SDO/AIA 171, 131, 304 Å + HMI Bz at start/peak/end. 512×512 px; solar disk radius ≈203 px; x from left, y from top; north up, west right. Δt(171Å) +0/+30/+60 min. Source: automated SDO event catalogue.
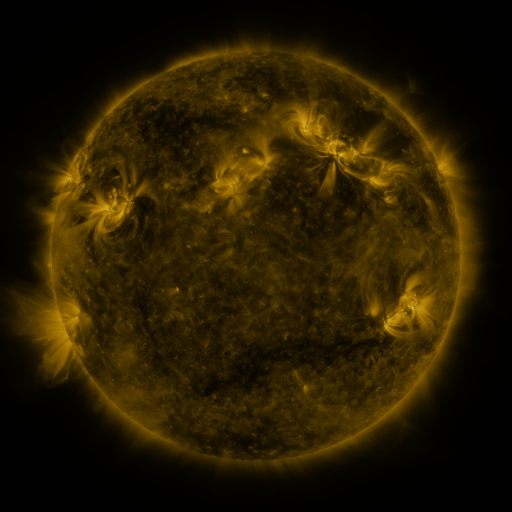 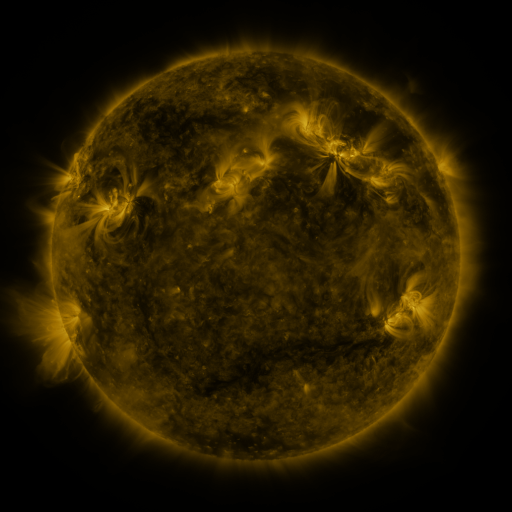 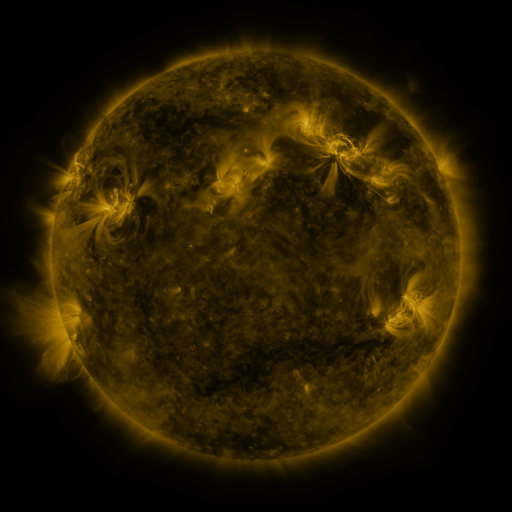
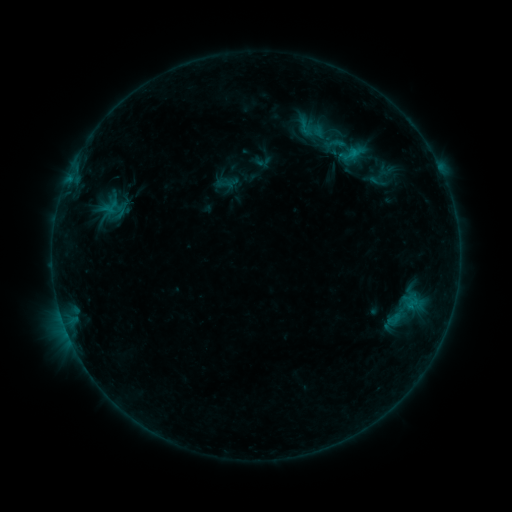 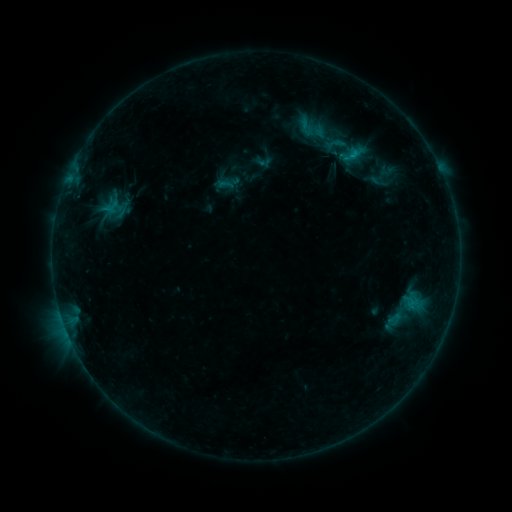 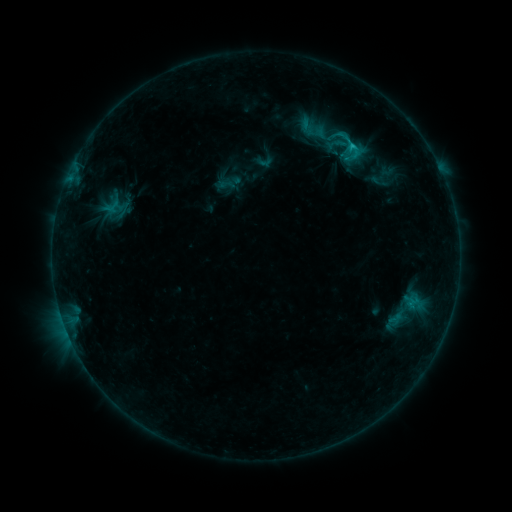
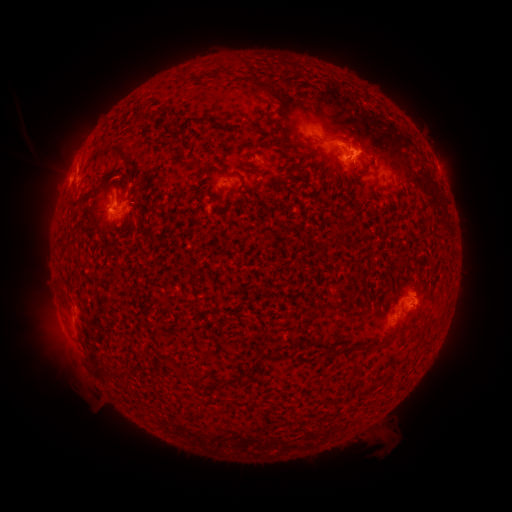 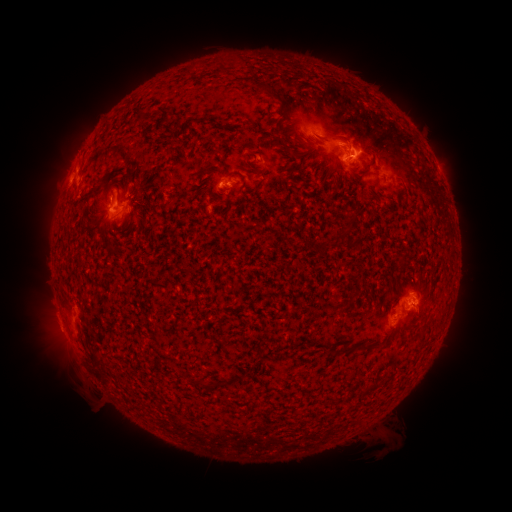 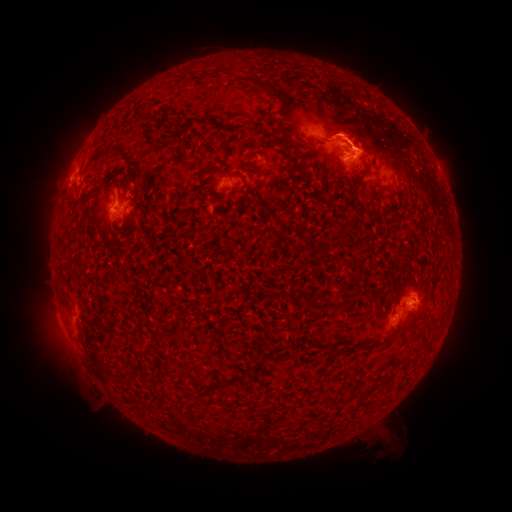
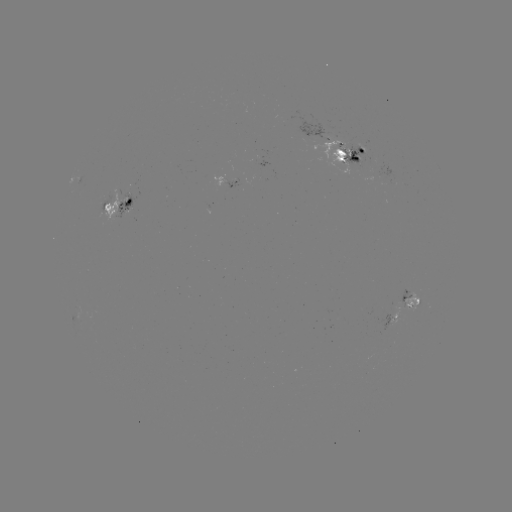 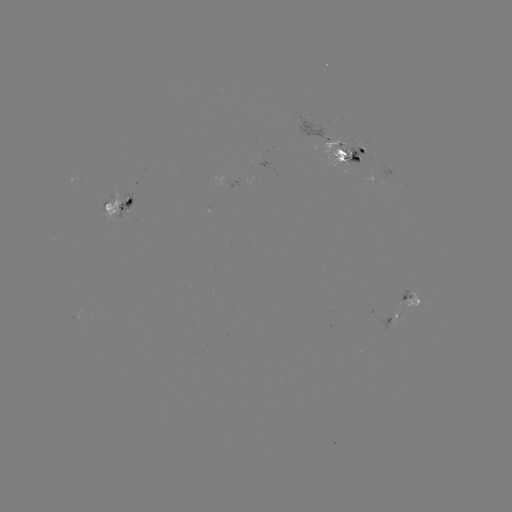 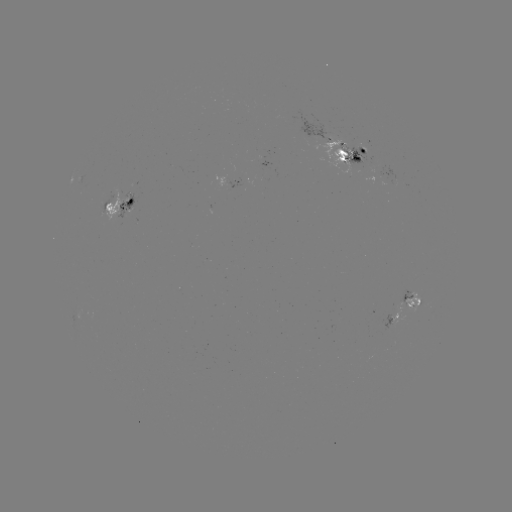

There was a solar emerging-flux region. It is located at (381, 174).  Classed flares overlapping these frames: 2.